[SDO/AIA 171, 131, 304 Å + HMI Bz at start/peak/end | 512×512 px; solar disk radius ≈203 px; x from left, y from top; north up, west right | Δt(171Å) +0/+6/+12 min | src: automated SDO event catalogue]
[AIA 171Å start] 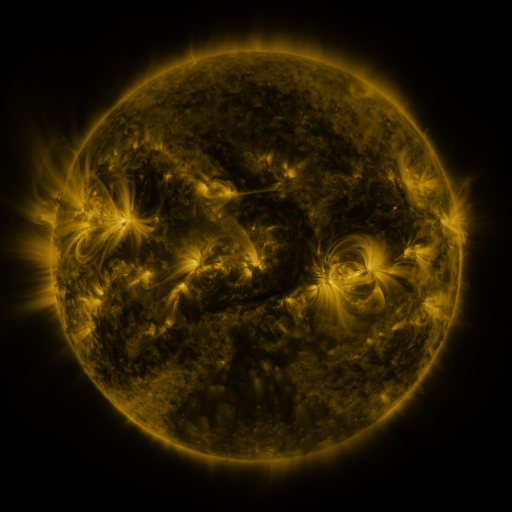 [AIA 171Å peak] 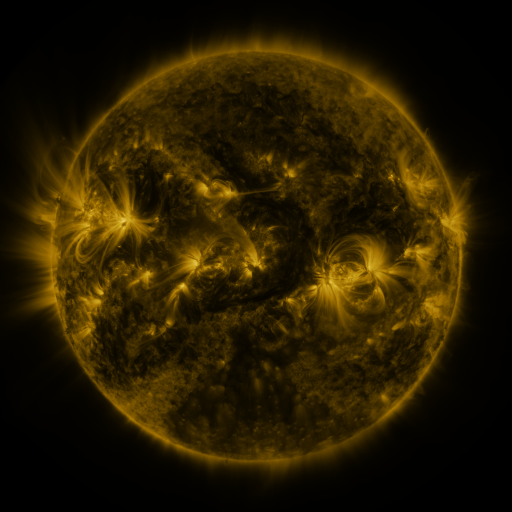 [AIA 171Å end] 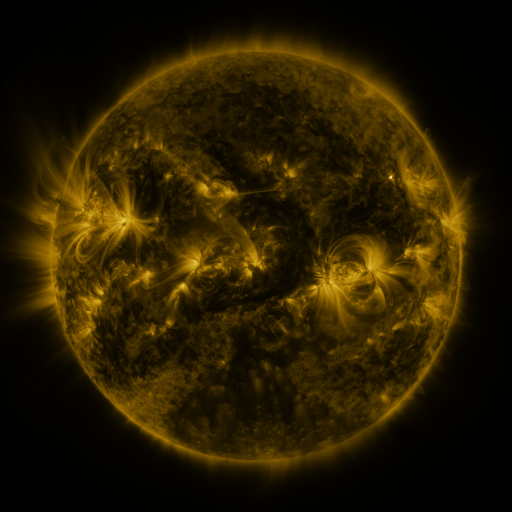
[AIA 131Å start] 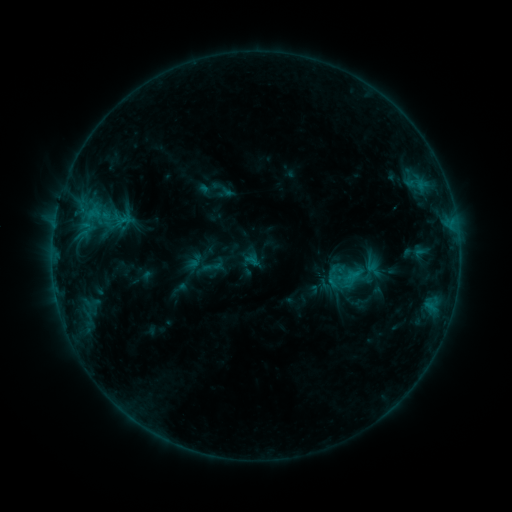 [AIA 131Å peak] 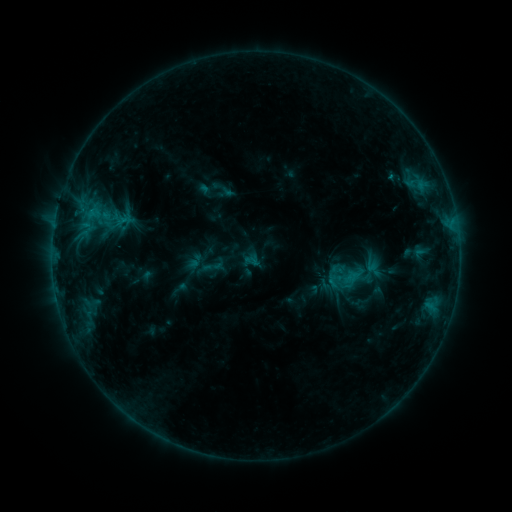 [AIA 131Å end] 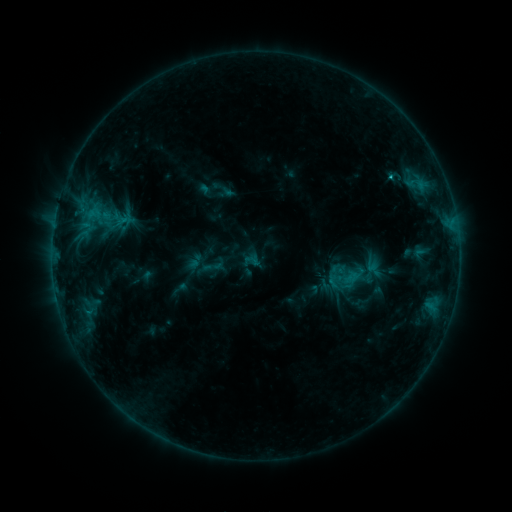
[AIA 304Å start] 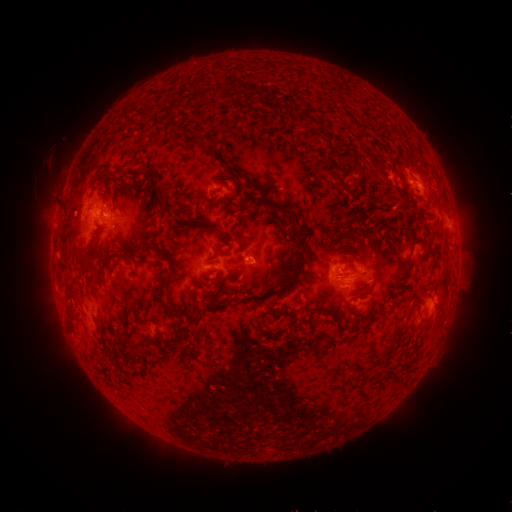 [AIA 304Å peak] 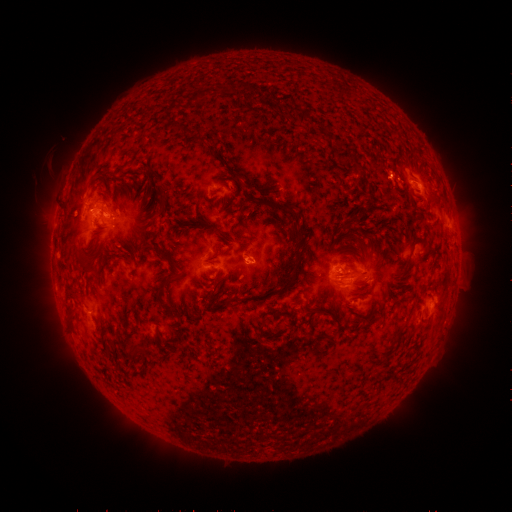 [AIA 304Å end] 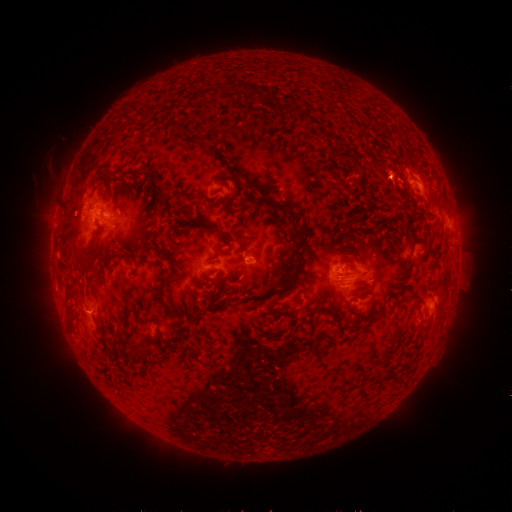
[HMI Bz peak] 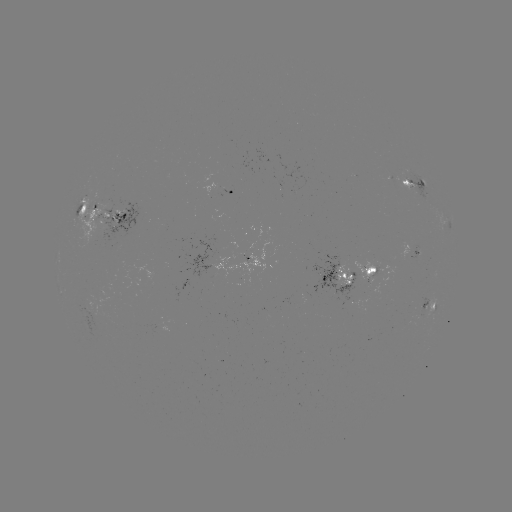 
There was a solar flare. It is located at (390, 179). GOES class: C1.2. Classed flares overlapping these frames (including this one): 1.